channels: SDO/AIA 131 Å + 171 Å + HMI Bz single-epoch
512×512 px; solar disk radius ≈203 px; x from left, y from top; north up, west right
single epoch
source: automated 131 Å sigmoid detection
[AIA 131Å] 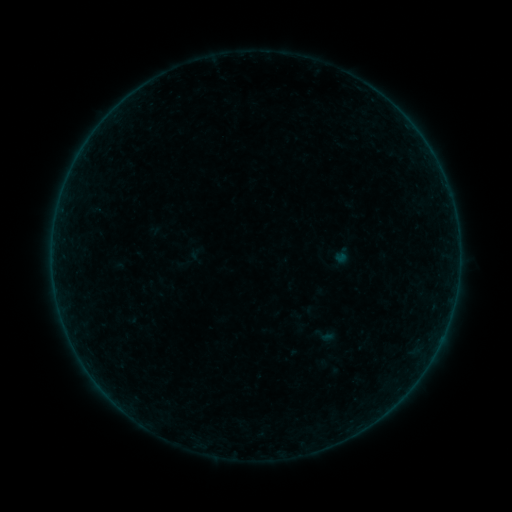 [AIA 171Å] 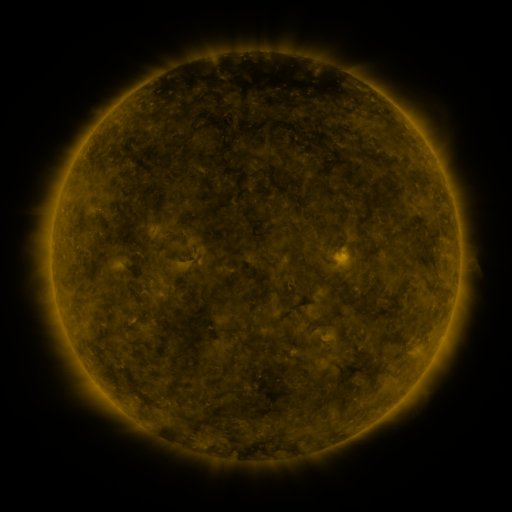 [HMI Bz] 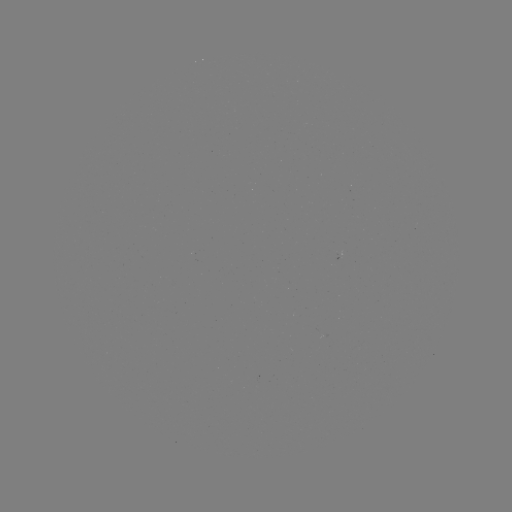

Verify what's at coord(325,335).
sigmoid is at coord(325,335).